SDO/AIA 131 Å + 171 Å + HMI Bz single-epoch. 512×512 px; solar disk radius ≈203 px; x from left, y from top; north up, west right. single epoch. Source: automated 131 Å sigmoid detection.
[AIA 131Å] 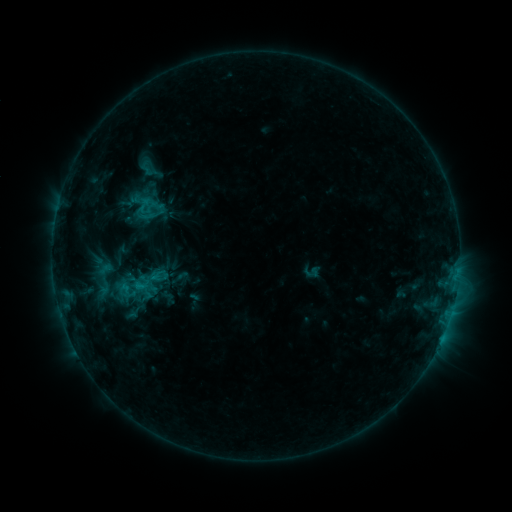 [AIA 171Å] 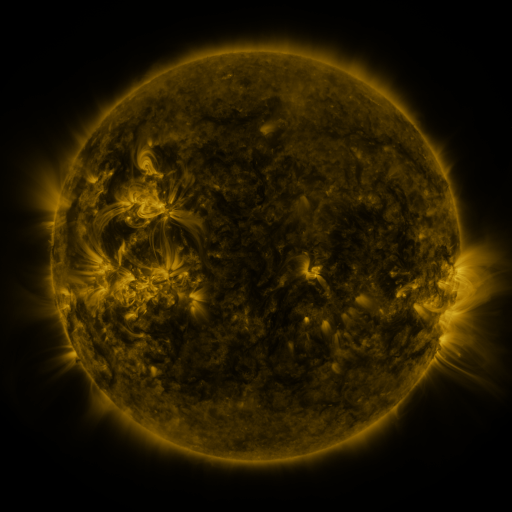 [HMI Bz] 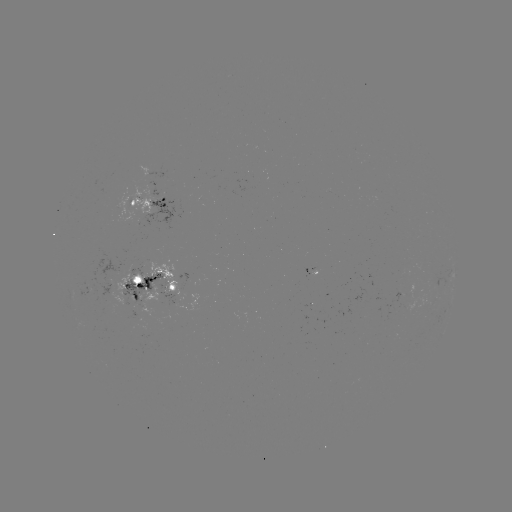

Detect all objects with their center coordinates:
sigmoid: (150, 168)
